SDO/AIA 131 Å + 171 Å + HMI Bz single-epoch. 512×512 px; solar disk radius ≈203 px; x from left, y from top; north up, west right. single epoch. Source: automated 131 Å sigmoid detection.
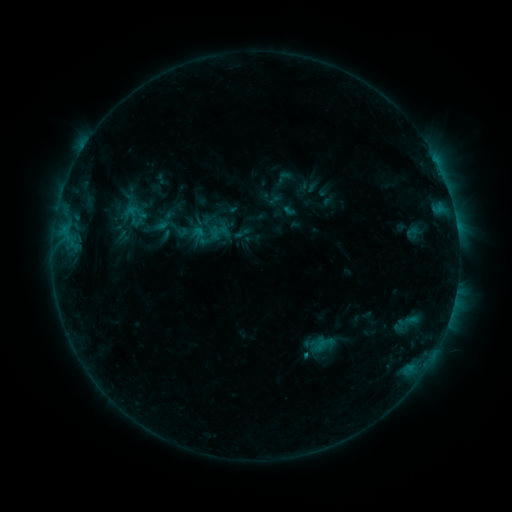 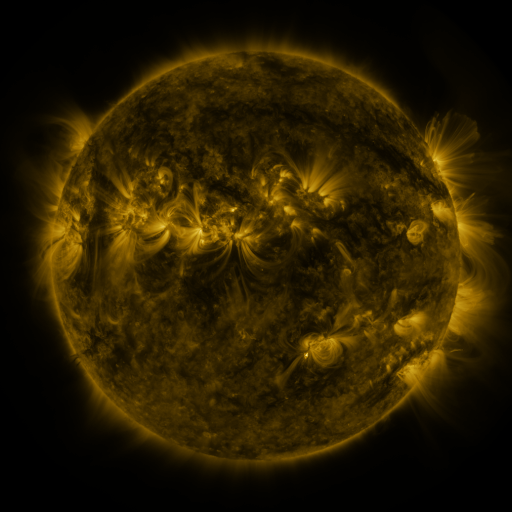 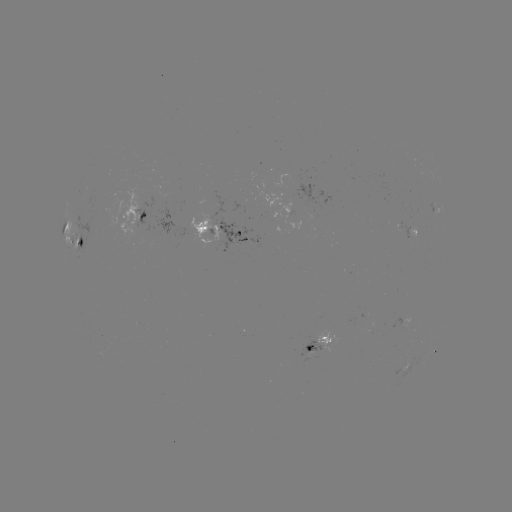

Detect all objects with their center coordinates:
sigmoid: (163, 222)
